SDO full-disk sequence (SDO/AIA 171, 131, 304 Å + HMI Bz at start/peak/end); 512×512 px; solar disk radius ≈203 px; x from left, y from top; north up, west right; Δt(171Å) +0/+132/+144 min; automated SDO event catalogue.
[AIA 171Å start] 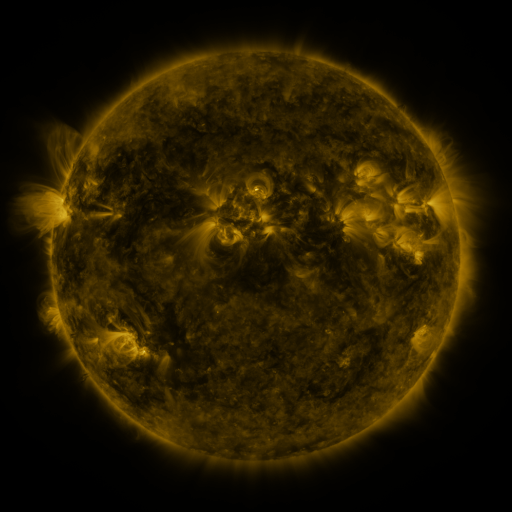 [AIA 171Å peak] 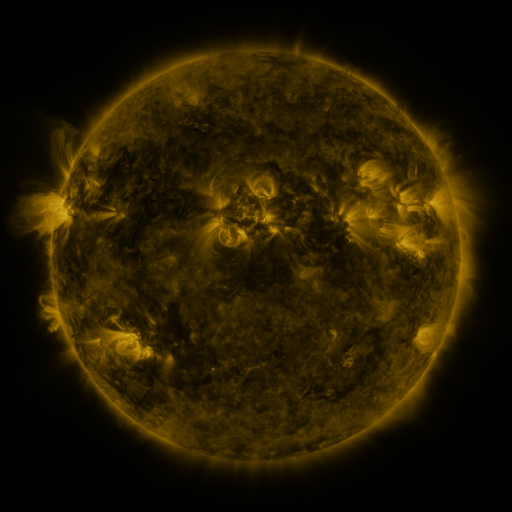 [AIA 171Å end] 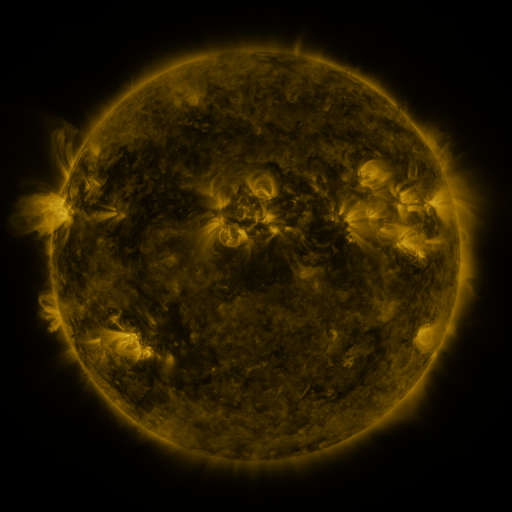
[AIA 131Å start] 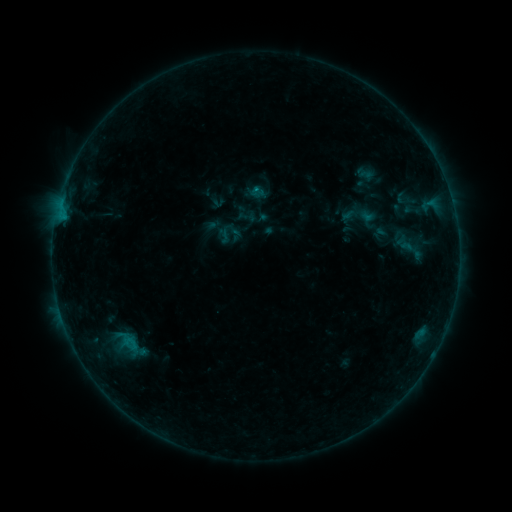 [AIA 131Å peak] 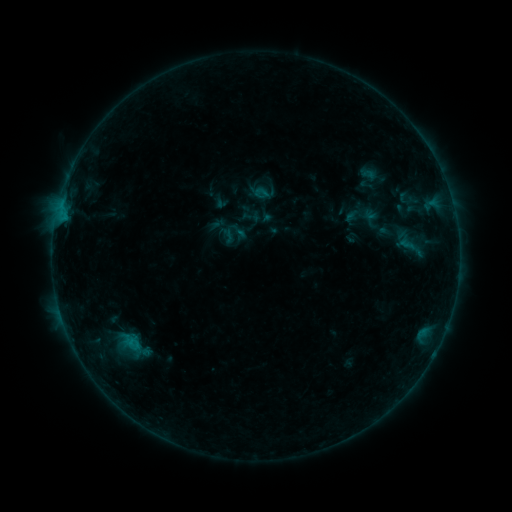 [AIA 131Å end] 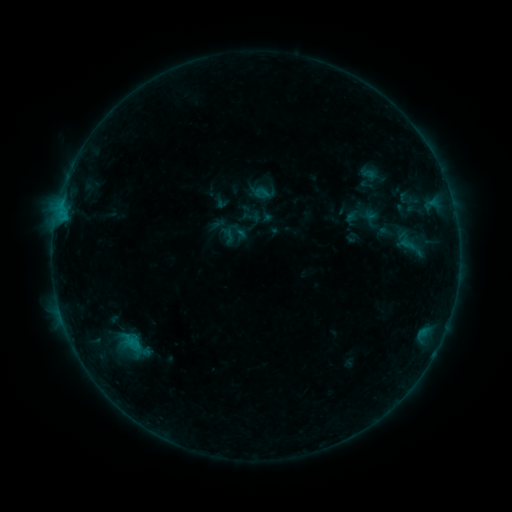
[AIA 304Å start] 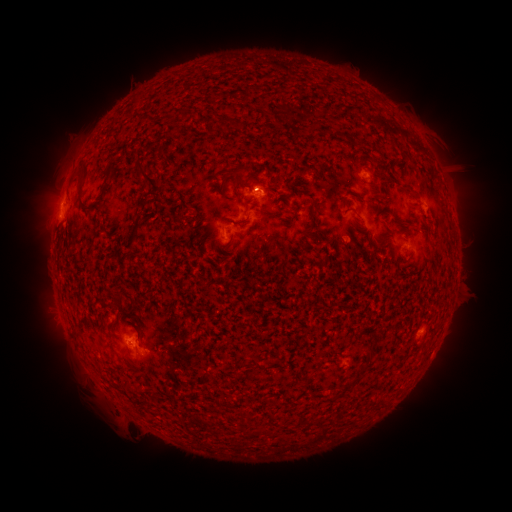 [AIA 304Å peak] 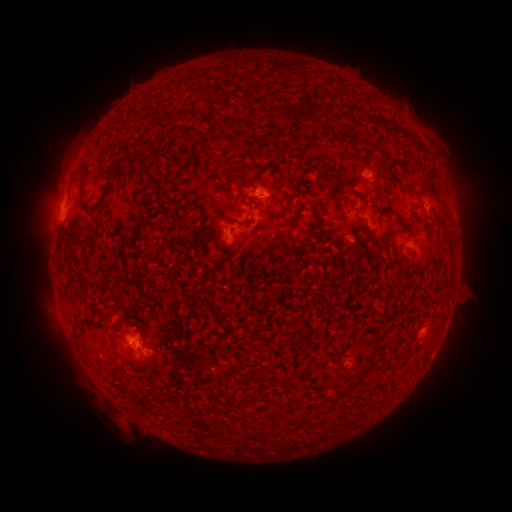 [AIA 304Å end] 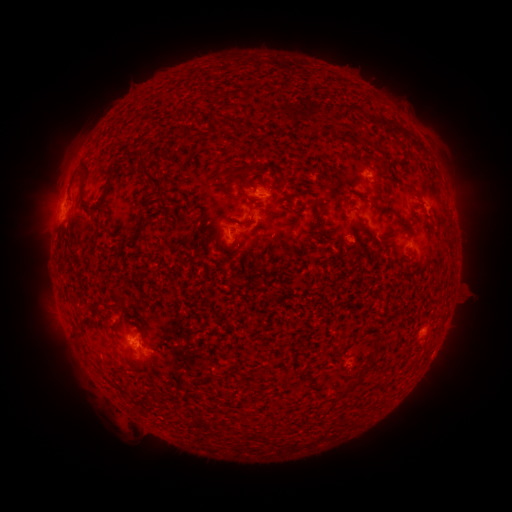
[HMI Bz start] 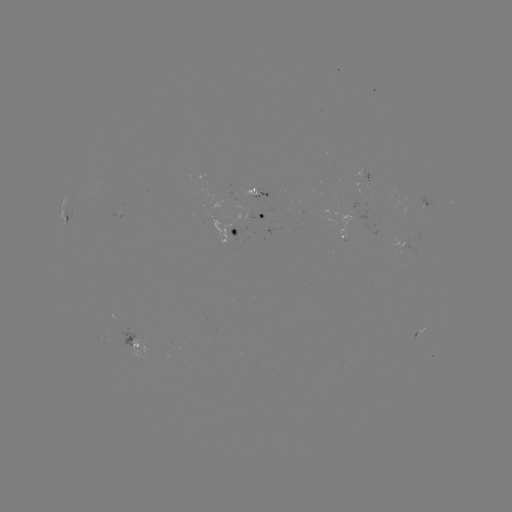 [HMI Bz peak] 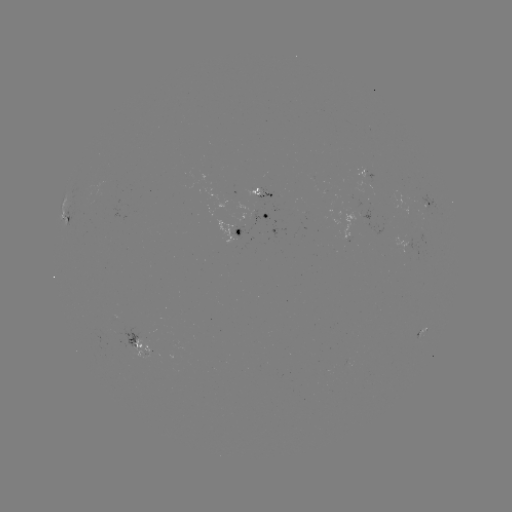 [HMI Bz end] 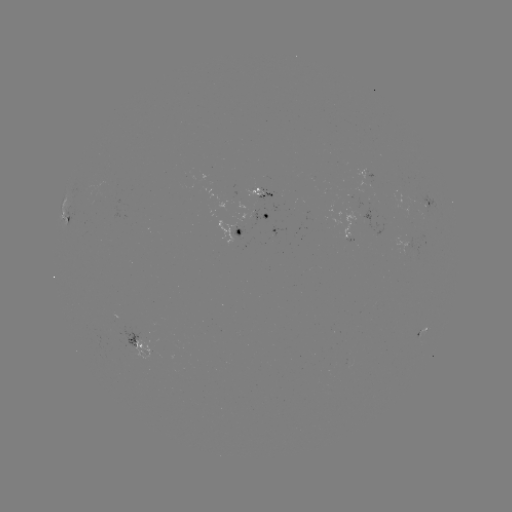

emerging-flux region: (339, 212, 358, 242)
